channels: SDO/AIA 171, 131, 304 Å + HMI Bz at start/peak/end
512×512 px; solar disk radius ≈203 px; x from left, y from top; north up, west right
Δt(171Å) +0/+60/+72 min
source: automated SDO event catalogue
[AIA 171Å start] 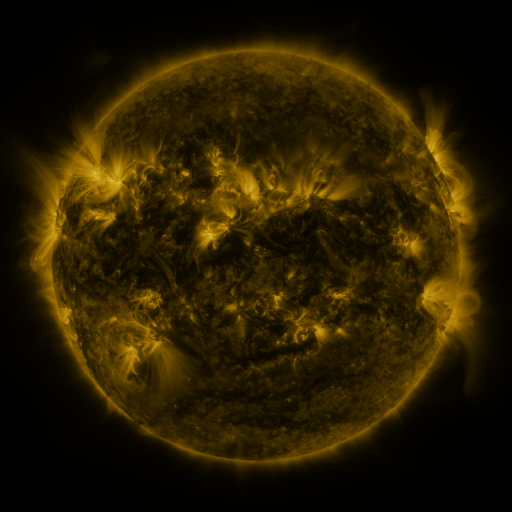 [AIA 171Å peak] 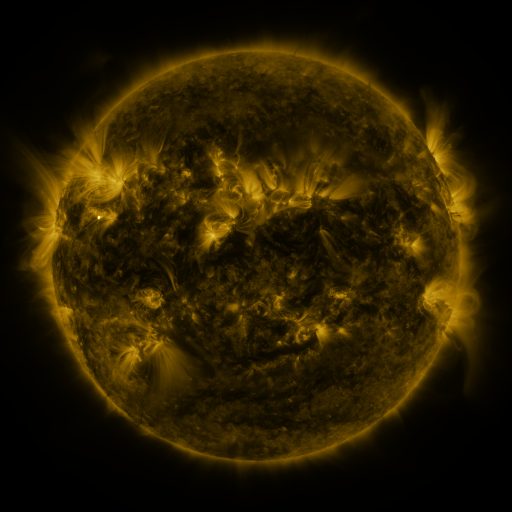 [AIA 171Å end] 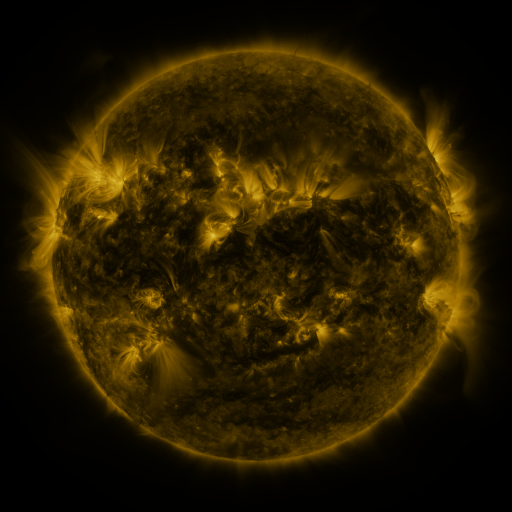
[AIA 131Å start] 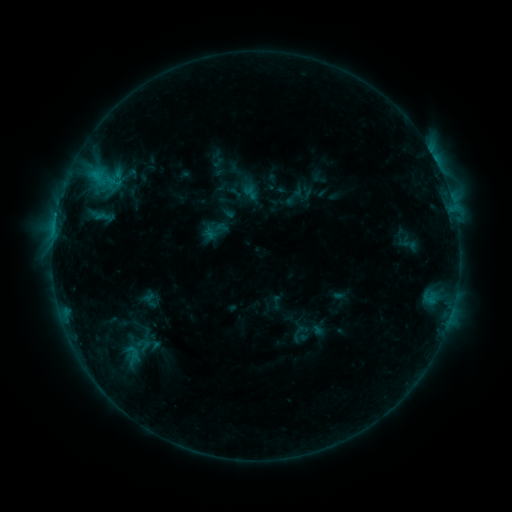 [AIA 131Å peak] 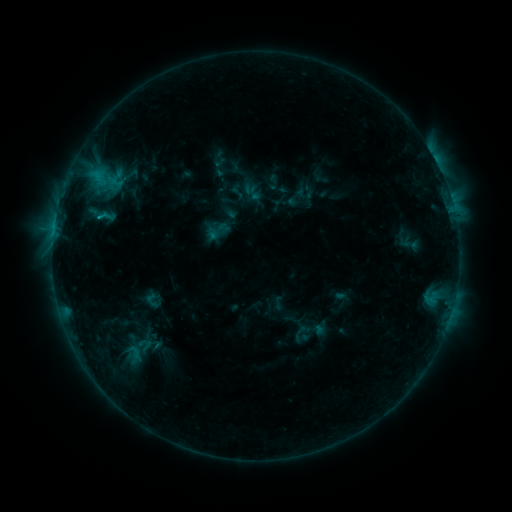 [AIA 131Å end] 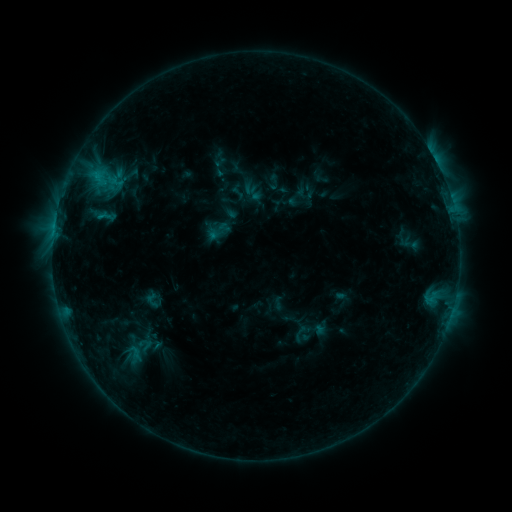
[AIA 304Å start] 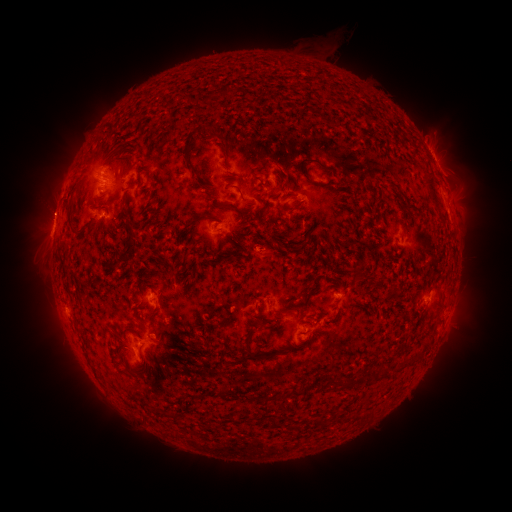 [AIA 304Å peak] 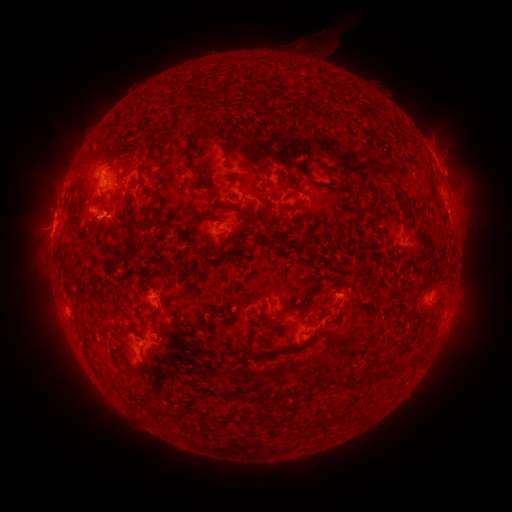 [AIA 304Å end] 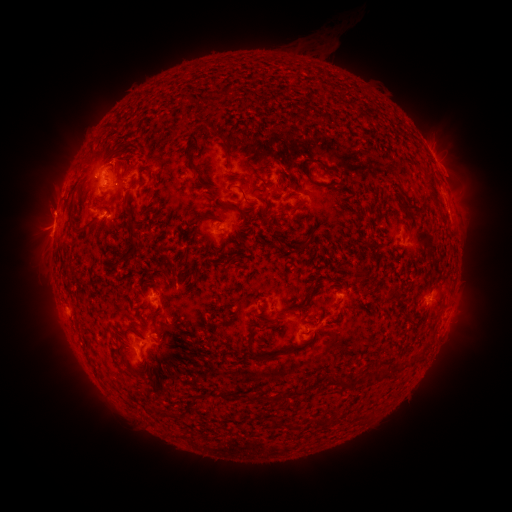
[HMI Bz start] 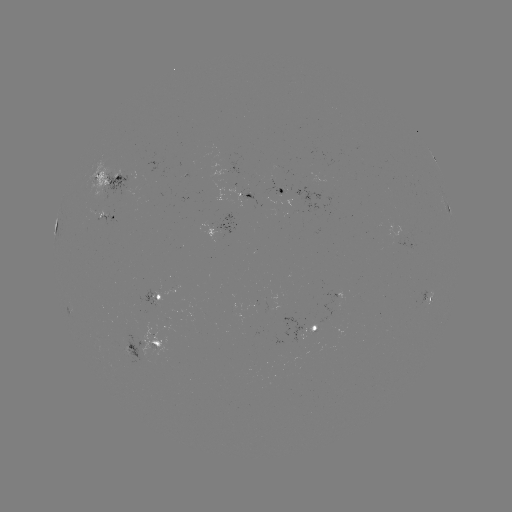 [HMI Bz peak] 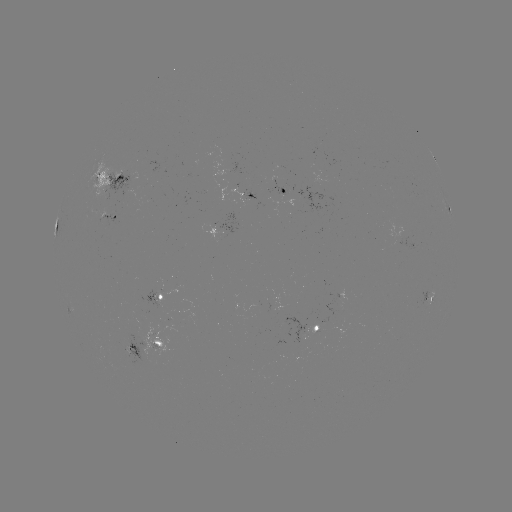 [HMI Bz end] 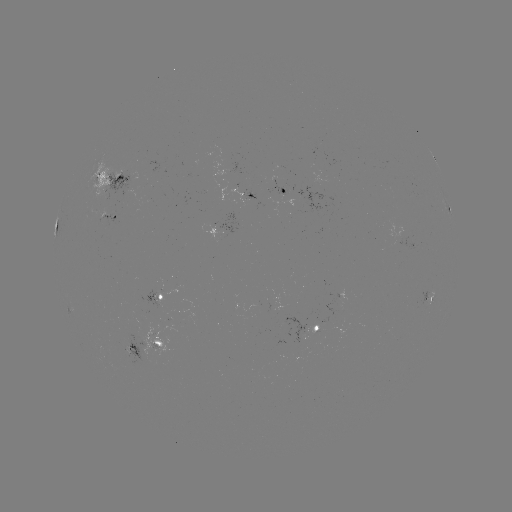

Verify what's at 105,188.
emerging-flux region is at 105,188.